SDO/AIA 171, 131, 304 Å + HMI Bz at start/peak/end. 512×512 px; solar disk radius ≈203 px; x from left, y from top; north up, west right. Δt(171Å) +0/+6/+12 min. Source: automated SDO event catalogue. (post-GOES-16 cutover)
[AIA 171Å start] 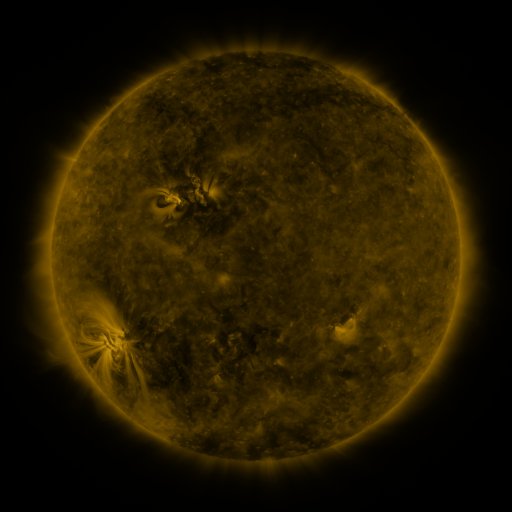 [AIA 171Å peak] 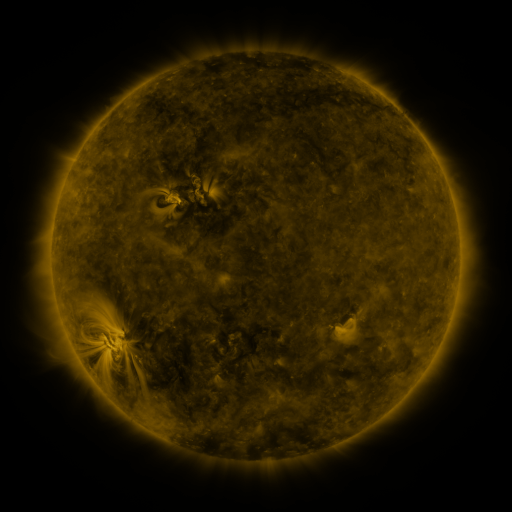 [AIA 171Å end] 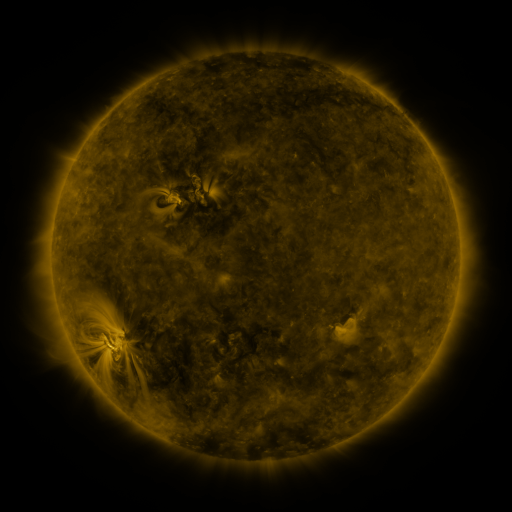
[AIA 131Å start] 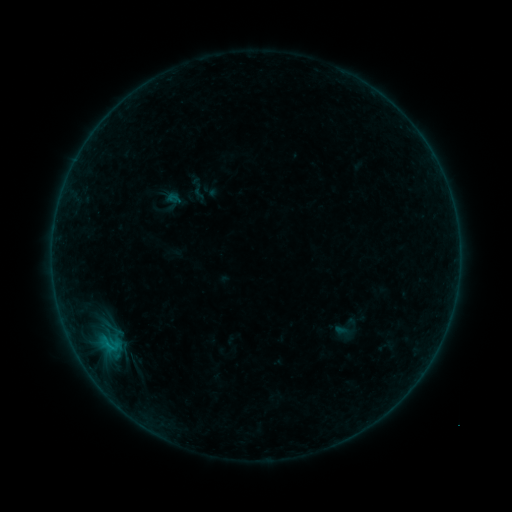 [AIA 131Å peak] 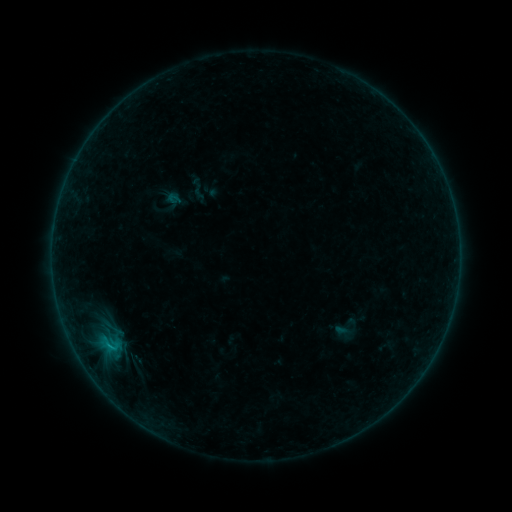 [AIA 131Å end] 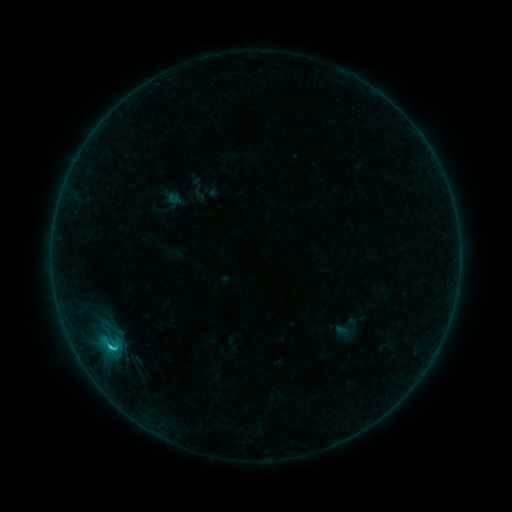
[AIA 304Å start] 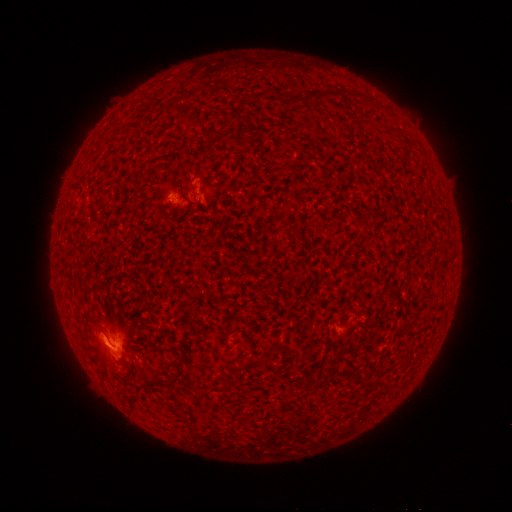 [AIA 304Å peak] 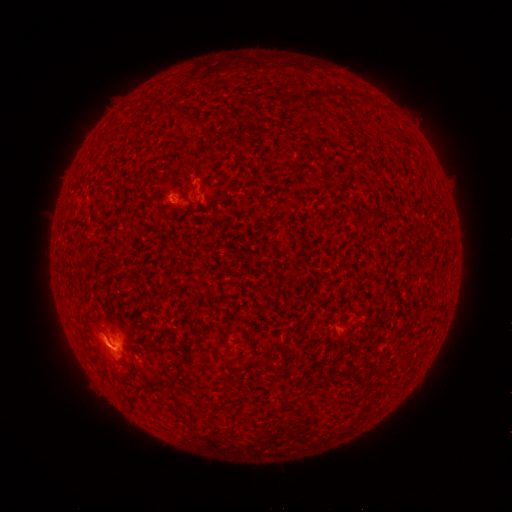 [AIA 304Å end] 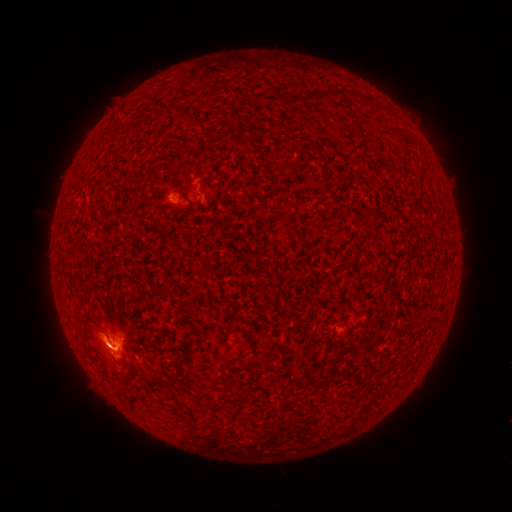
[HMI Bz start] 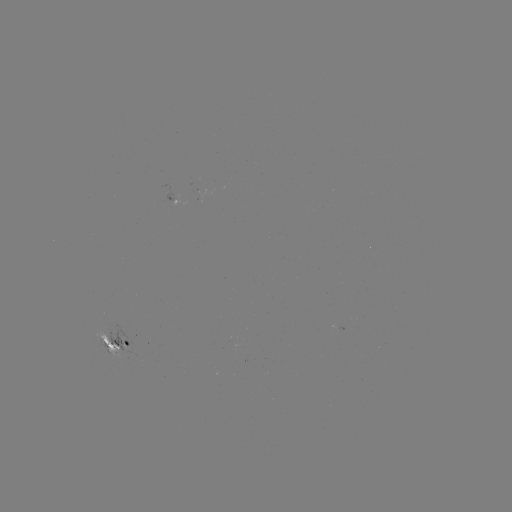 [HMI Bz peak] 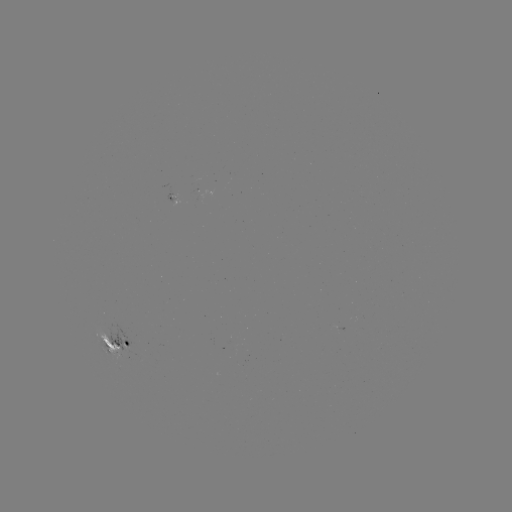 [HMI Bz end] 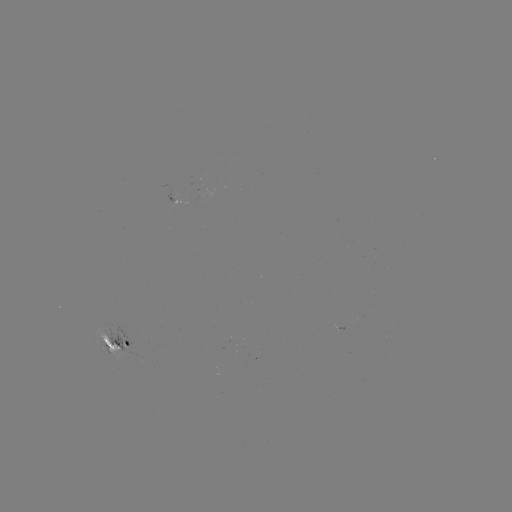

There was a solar flare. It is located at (111, 346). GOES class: C1.7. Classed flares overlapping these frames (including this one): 1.